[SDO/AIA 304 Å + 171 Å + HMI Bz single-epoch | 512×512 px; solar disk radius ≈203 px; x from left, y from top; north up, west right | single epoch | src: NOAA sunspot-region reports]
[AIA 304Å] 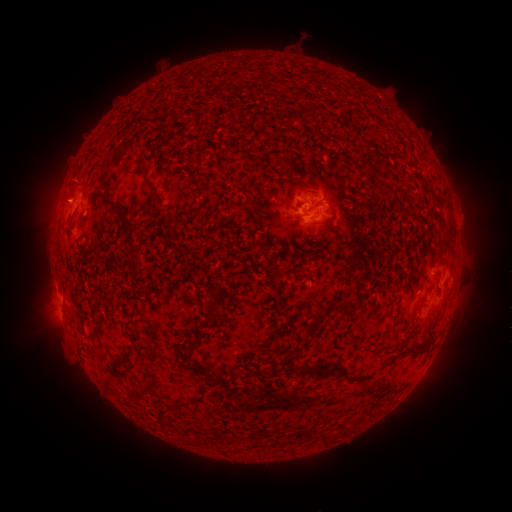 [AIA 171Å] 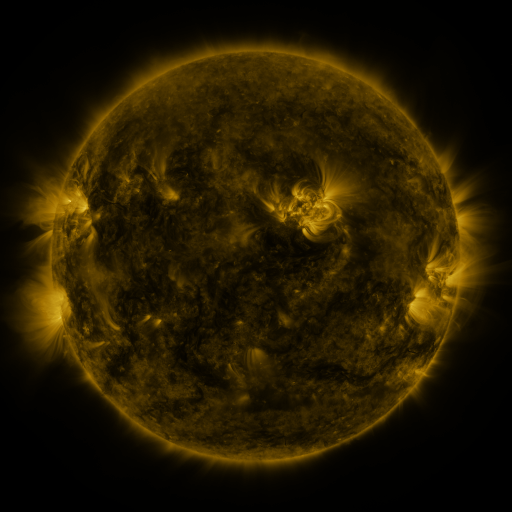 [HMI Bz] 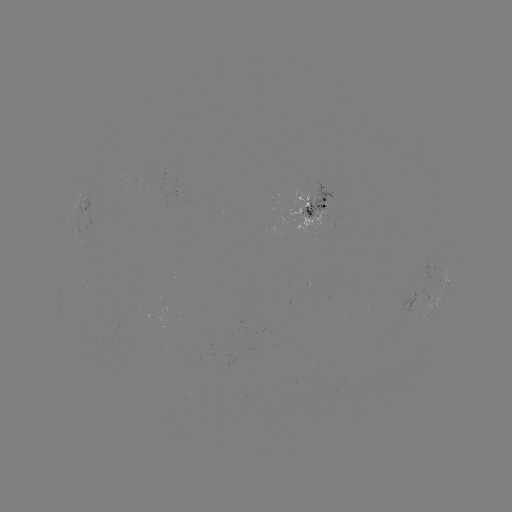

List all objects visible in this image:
spotted active region: (85, 206)
spotted active region: (314, 209)
spotted active region: (442, 281)
